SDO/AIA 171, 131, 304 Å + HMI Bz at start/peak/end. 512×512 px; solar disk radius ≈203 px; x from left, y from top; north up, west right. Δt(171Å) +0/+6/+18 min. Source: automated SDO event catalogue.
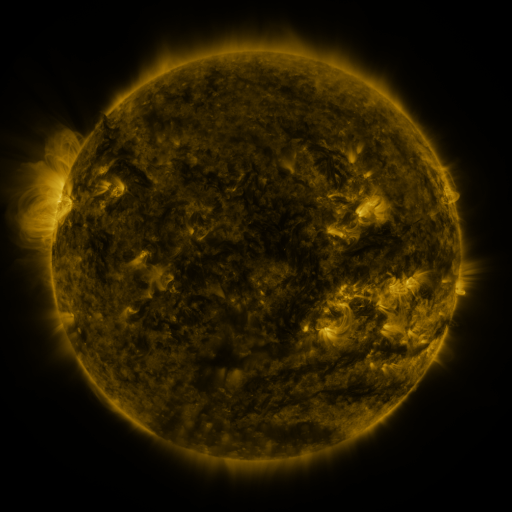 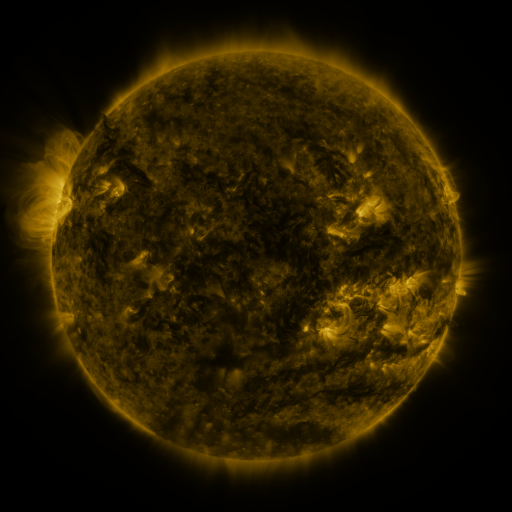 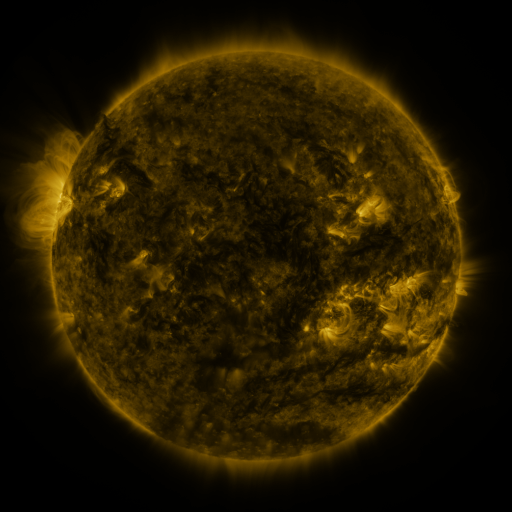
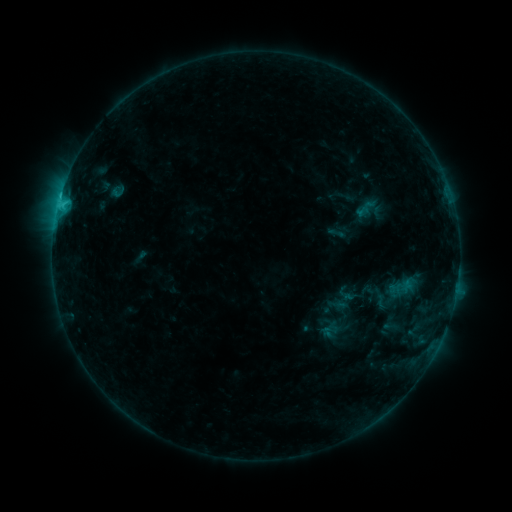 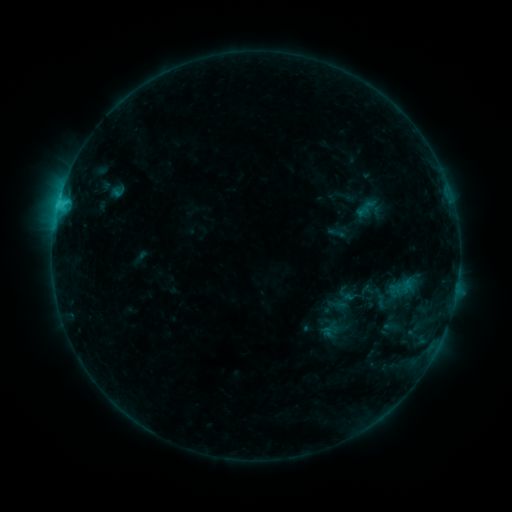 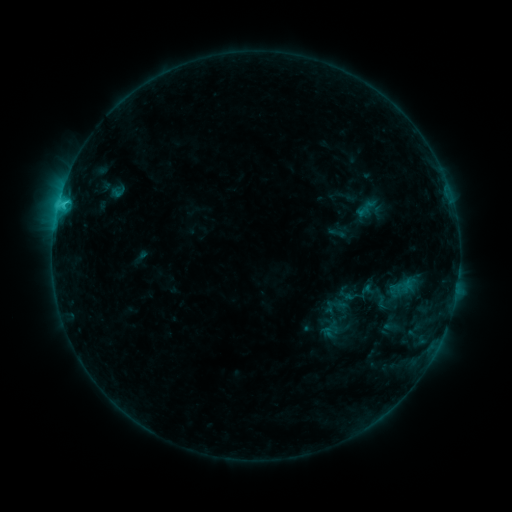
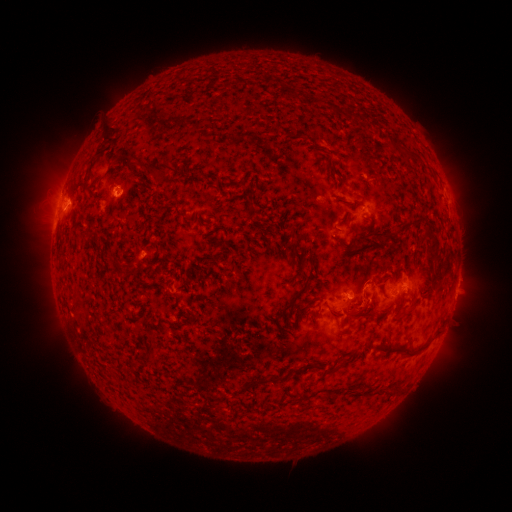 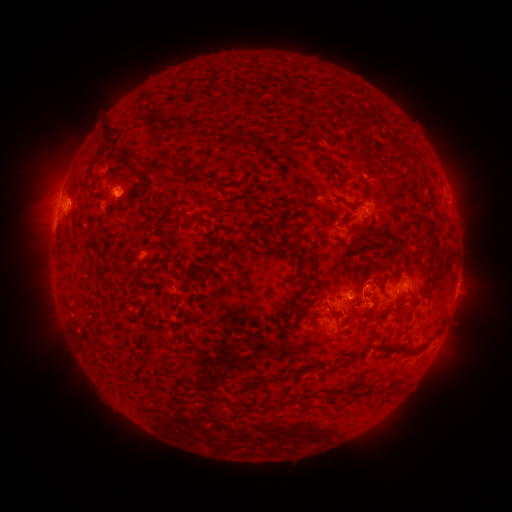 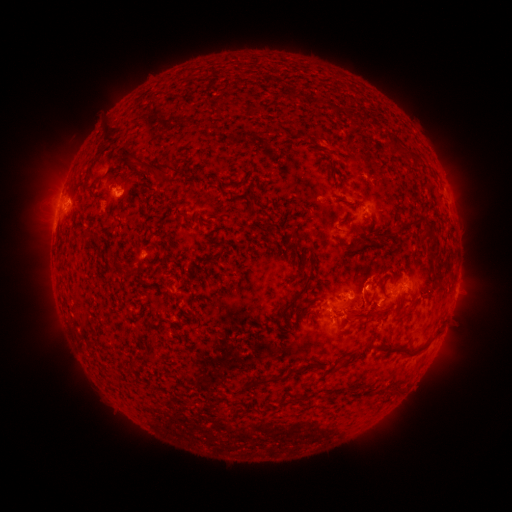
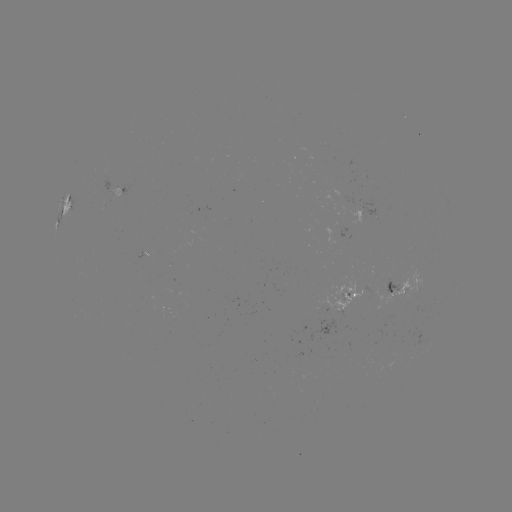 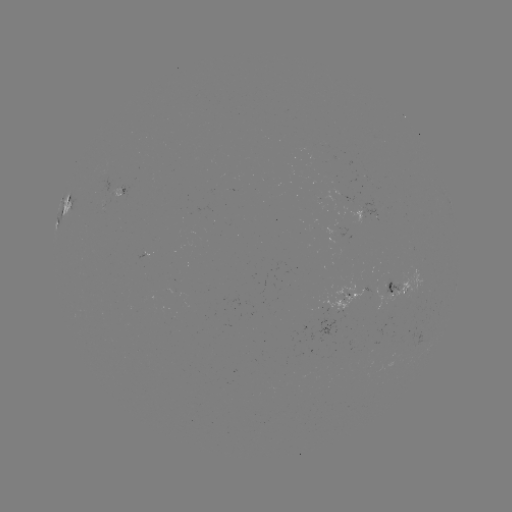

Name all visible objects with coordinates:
eruption: (373, 310)
